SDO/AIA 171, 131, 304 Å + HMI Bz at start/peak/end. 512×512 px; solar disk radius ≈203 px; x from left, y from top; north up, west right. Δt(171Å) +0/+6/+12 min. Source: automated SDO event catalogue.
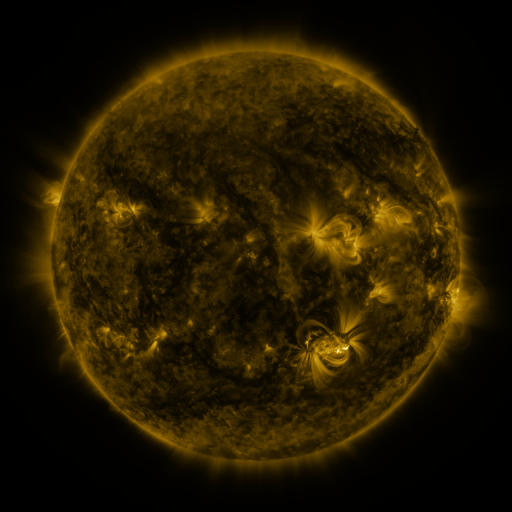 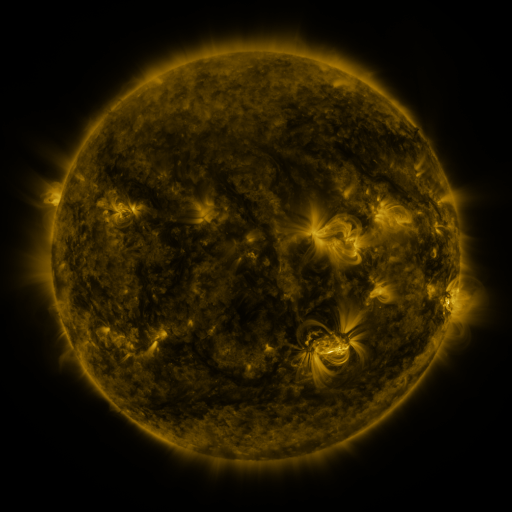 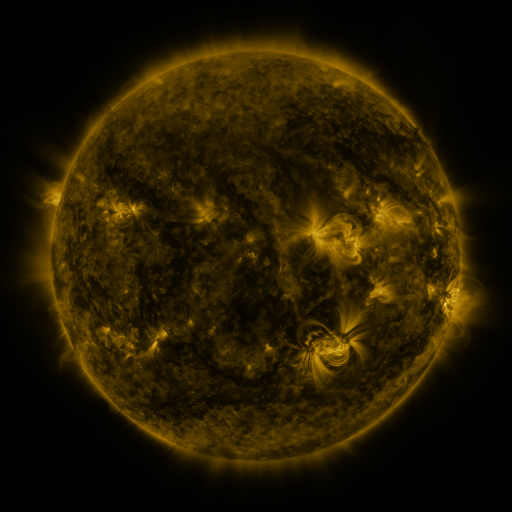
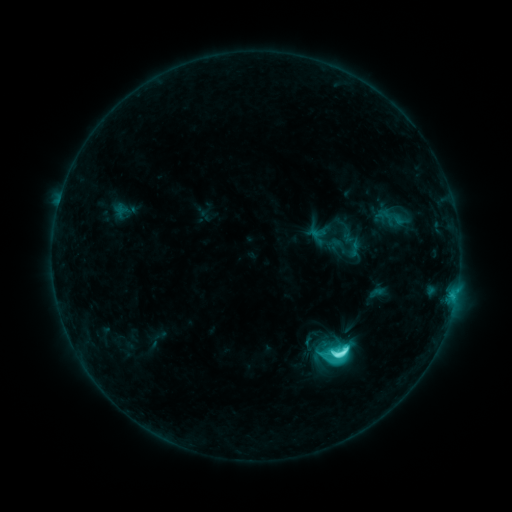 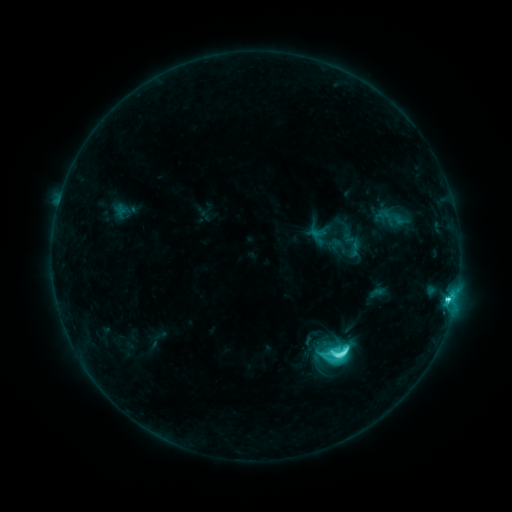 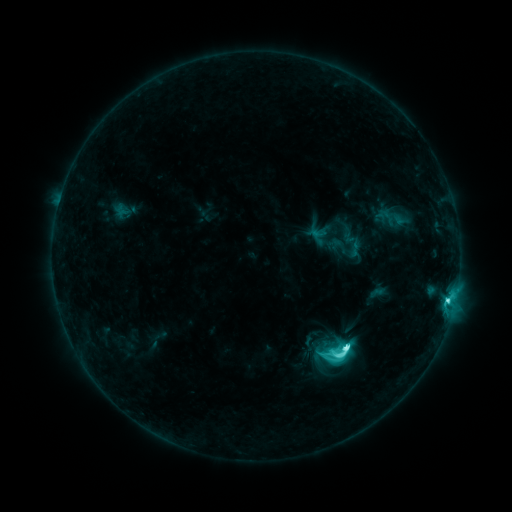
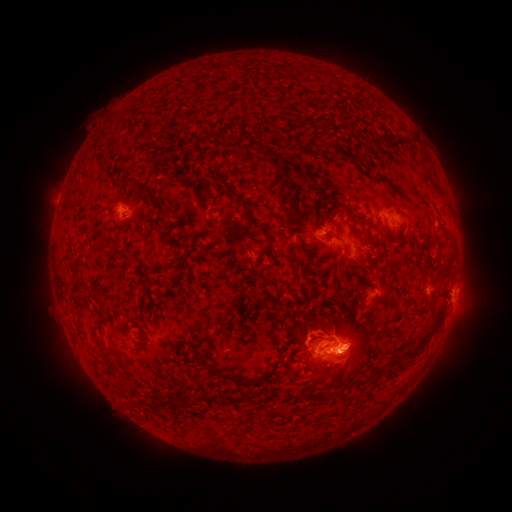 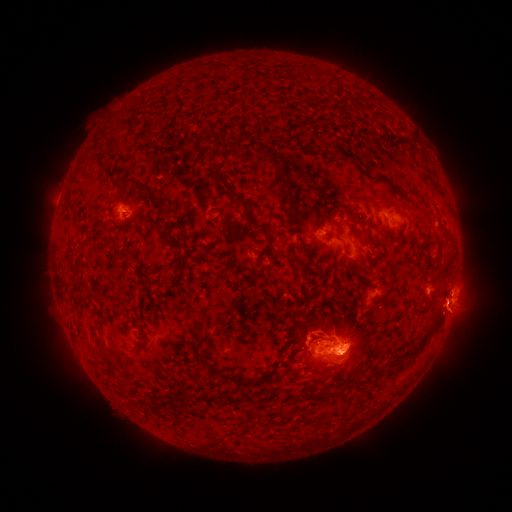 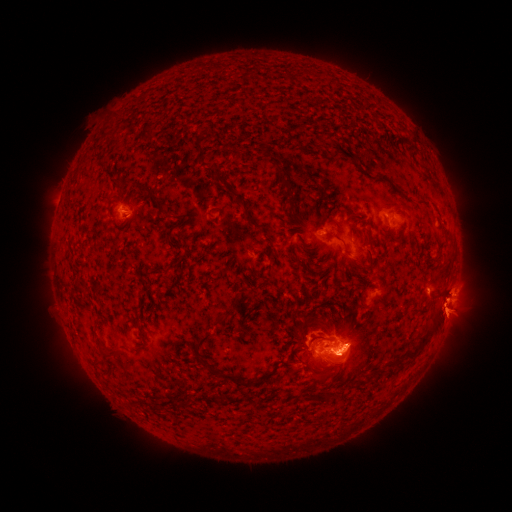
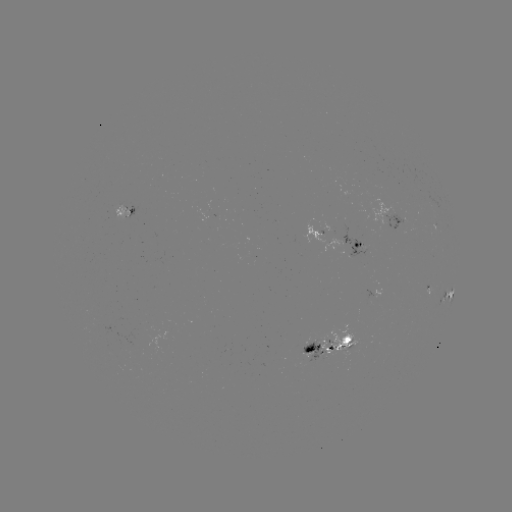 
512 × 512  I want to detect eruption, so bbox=[319, 348, 367, 391].